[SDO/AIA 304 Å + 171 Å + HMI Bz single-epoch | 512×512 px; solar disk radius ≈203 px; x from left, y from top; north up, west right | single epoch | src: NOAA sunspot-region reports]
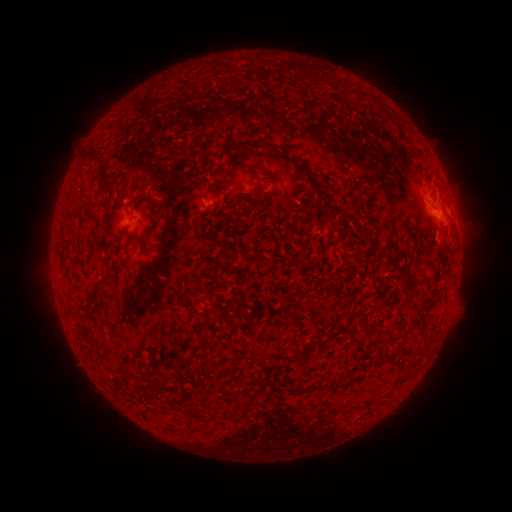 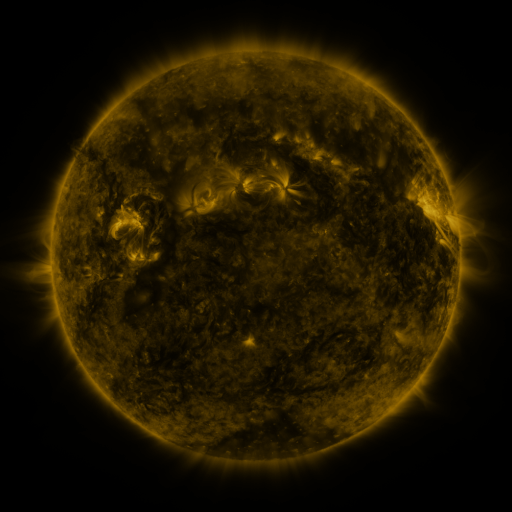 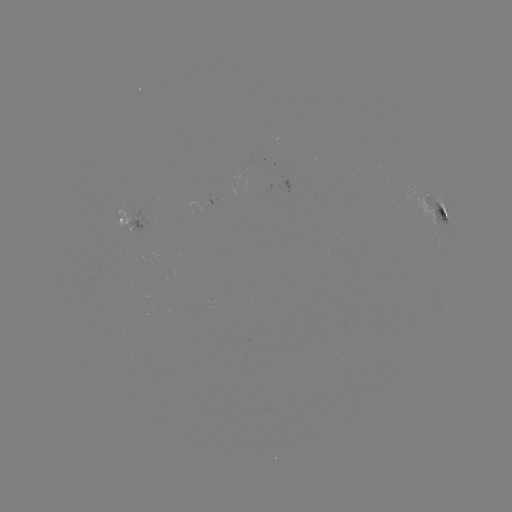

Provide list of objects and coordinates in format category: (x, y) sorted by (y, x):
spotted active region: (440, 213)
spotted active region: (125, 220)
